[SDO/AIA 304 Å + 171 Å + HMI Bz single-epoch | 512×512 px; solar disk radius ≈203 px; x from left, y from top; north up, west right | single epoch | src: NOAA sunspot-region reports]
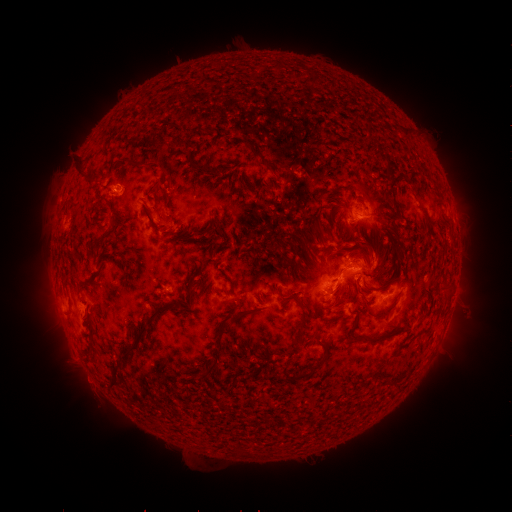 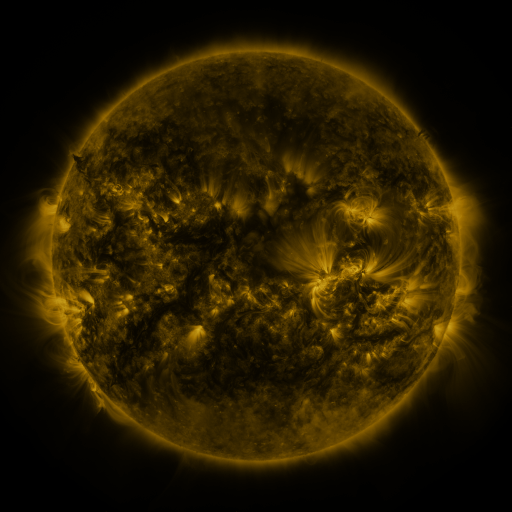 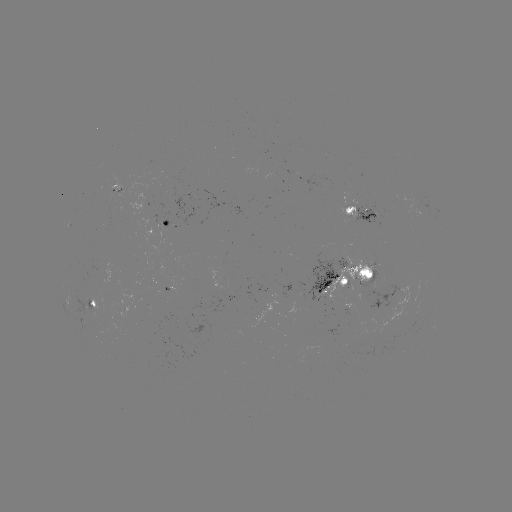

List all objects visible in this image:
spotted active region: (363, 215)
spotted active region: (170, 221)
spotted active region: (350, 275)
spotted active region: (92, 300)
